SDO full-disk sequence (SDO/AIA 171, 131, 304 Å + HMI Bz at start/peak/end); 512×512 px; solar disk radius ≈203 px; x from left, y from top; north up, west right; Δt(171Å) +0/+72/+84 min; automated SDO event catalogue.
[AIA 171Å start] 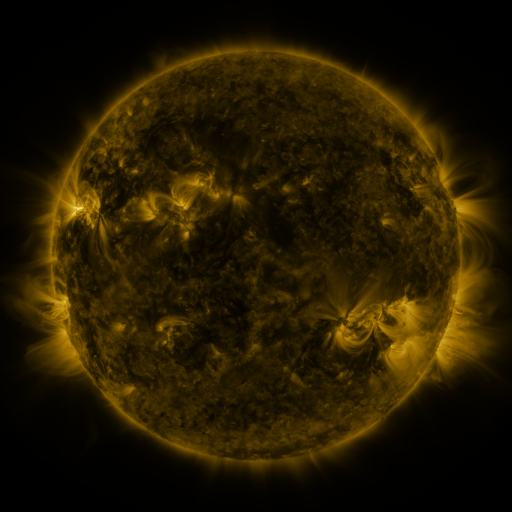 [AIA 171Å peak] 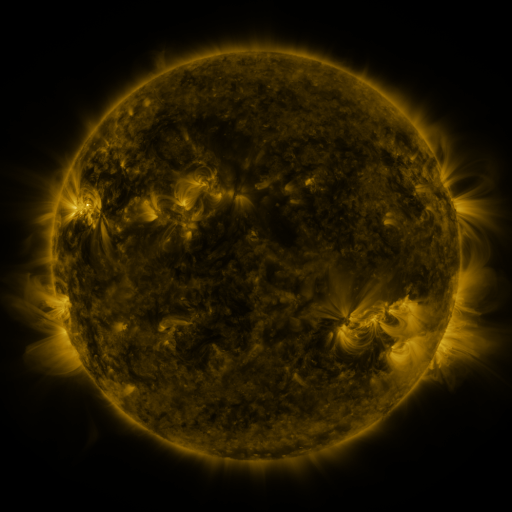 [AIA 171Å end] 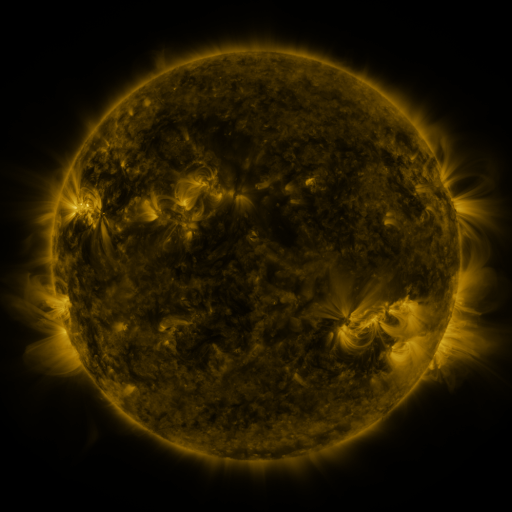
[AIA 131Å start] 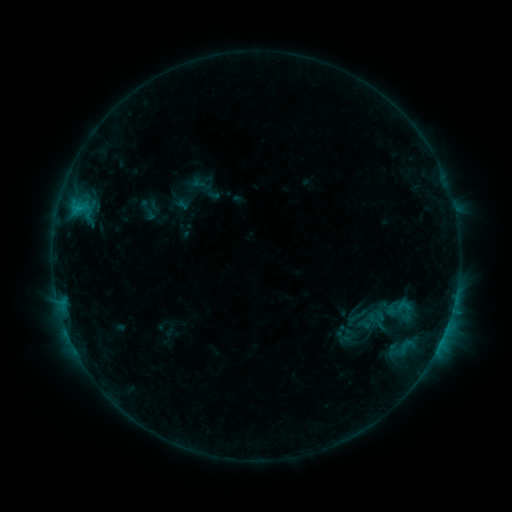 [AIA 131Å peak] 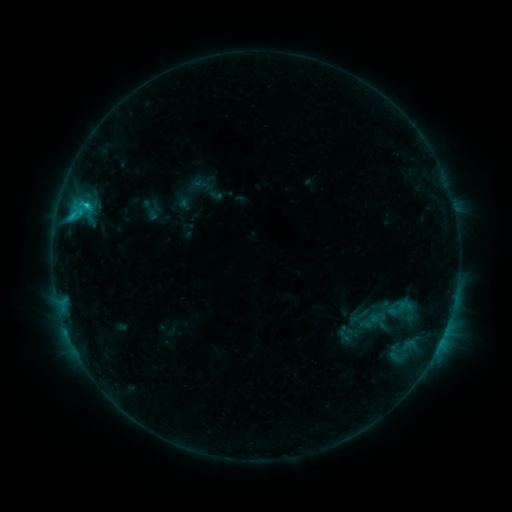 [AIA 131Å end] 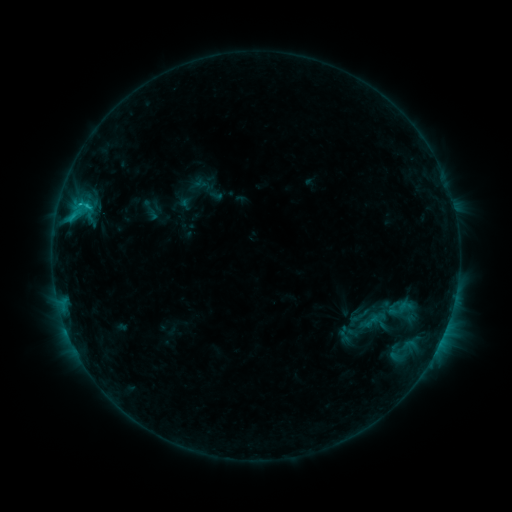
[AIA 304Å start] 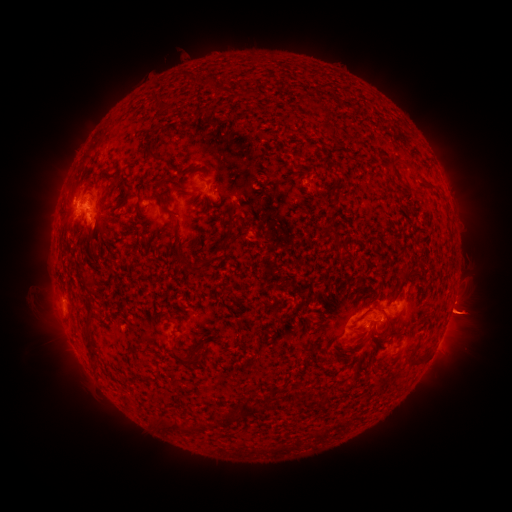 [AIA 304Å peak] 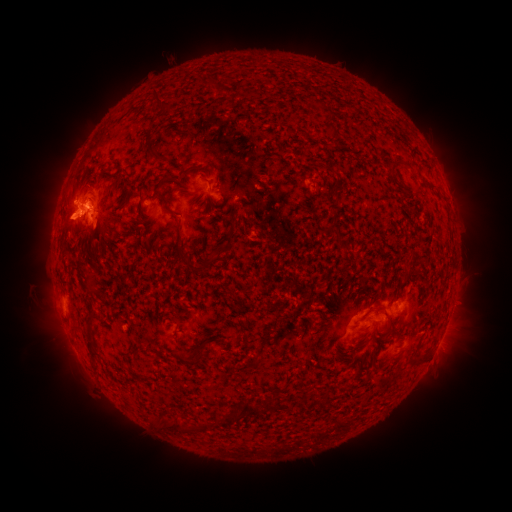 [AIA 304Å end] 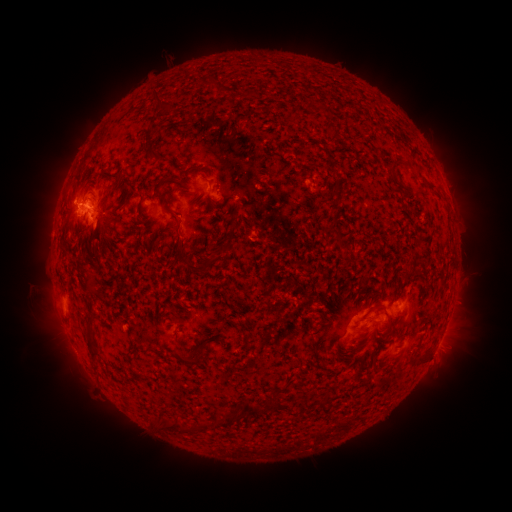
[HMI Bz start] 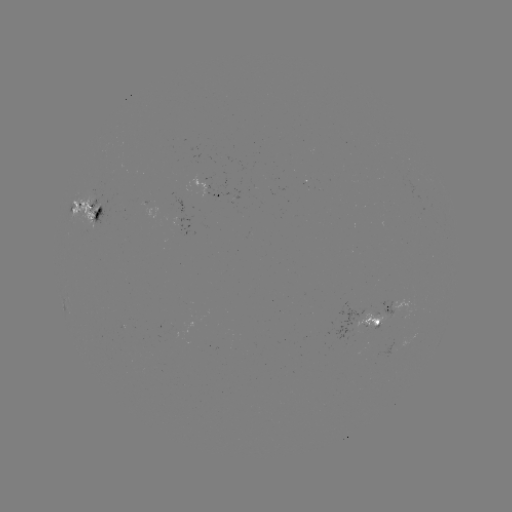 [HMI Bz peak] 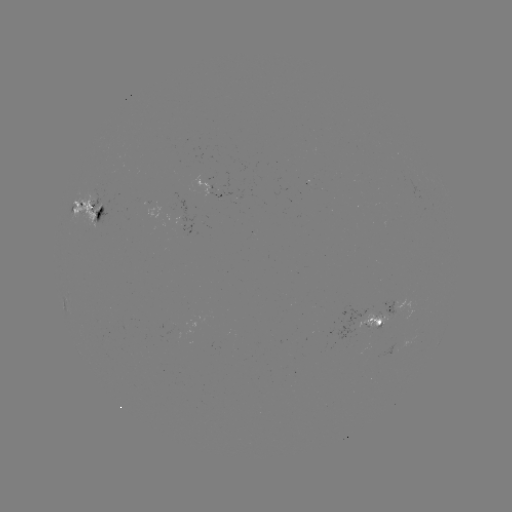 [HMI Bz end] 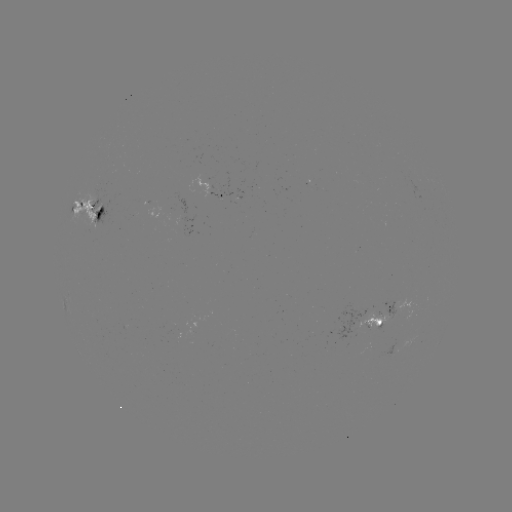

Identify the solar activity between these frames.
emerging-flux region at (365, 325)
